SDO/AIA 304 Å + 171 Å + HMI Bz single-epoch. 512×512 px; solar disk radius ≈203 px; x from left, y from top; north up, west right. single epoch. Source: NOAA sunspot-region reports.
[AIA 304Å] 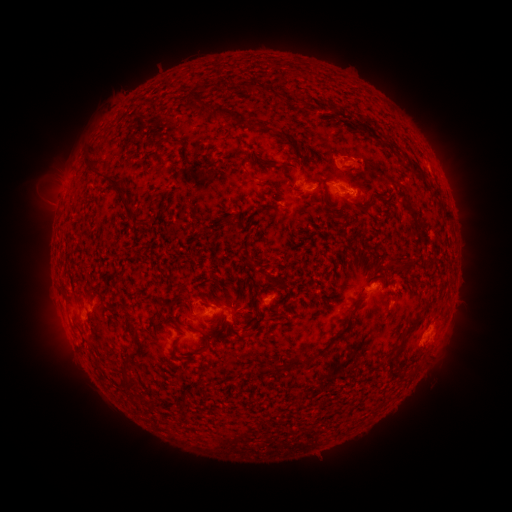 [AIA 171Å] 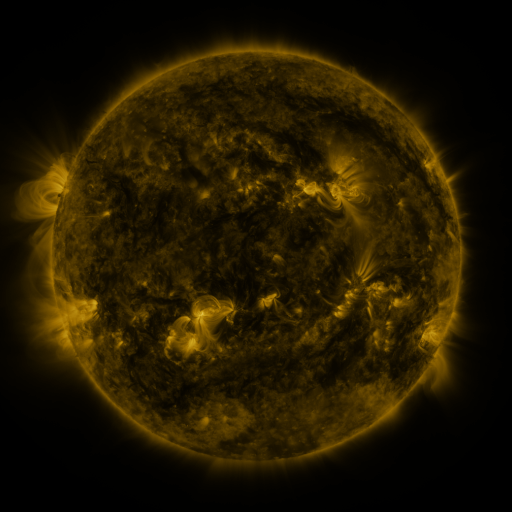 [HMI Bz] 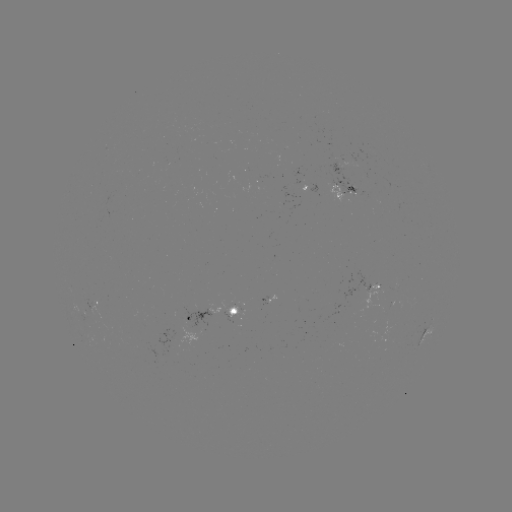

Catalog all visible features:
spotted active region: (340, 192)
spotted active region: (375, 286)
spotted active region: (97, 305)
spotted active region: (213, 313)
spotted active region: (429, 326)
